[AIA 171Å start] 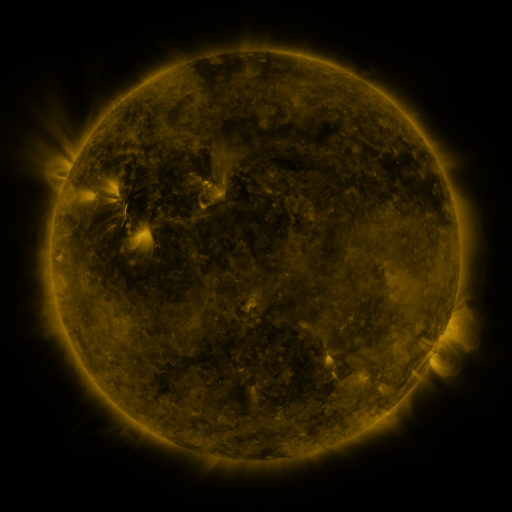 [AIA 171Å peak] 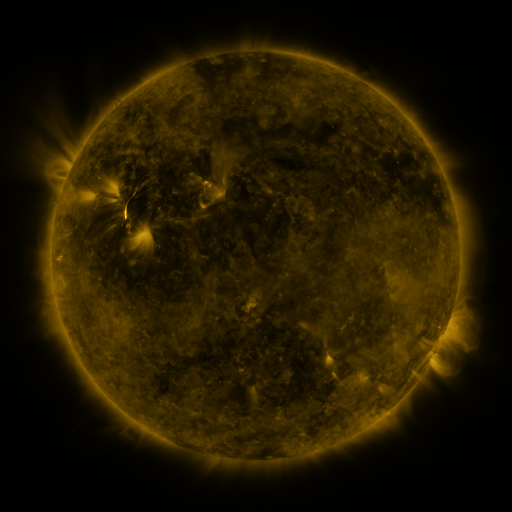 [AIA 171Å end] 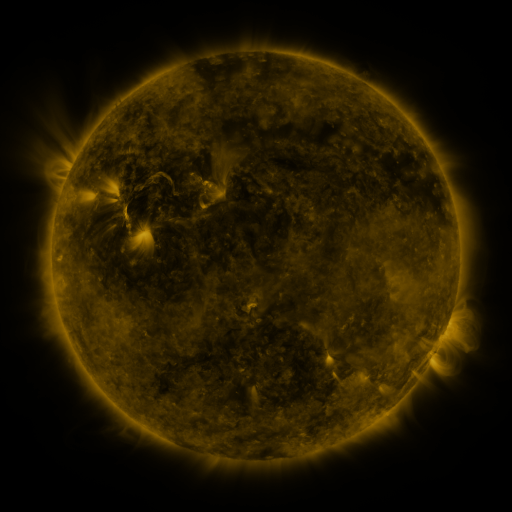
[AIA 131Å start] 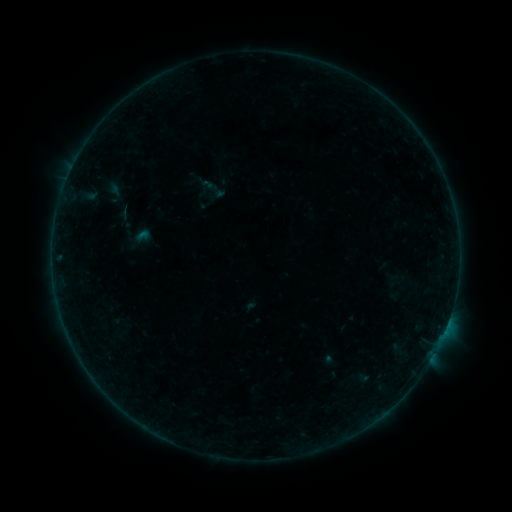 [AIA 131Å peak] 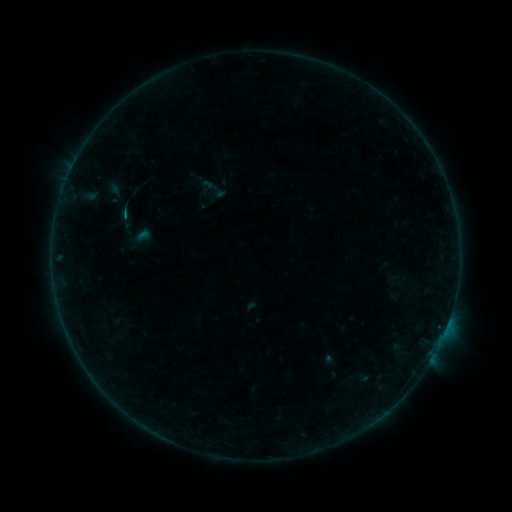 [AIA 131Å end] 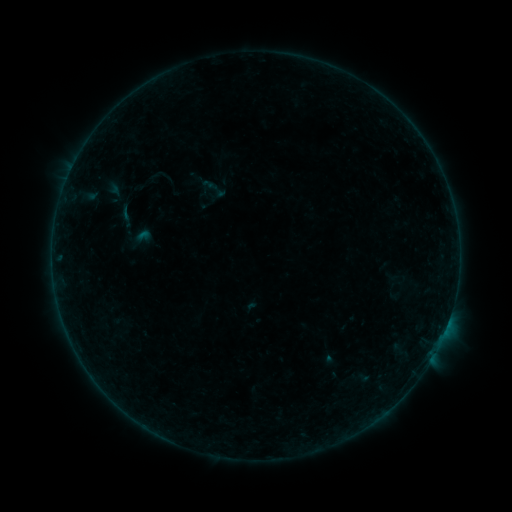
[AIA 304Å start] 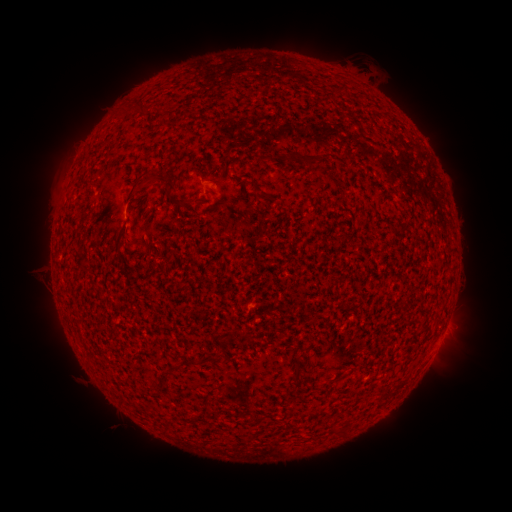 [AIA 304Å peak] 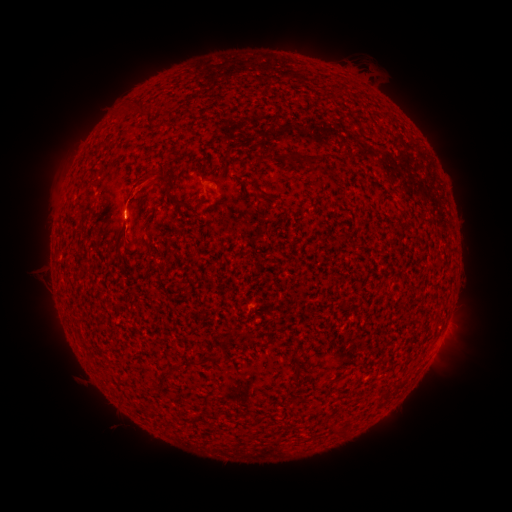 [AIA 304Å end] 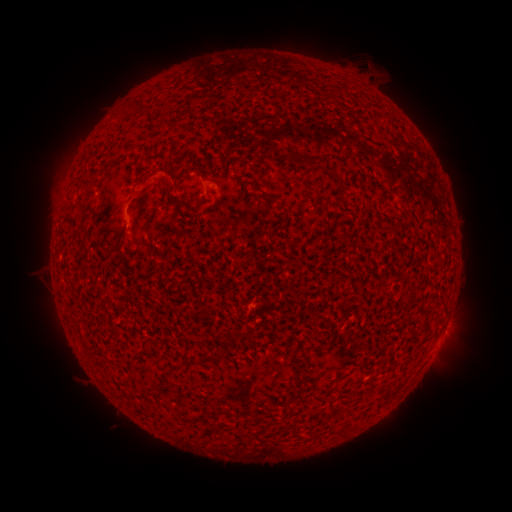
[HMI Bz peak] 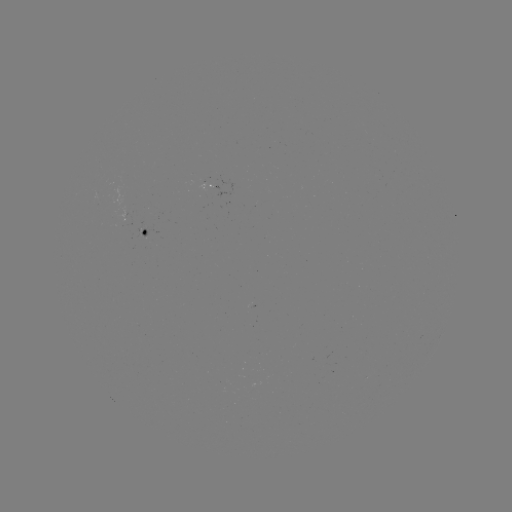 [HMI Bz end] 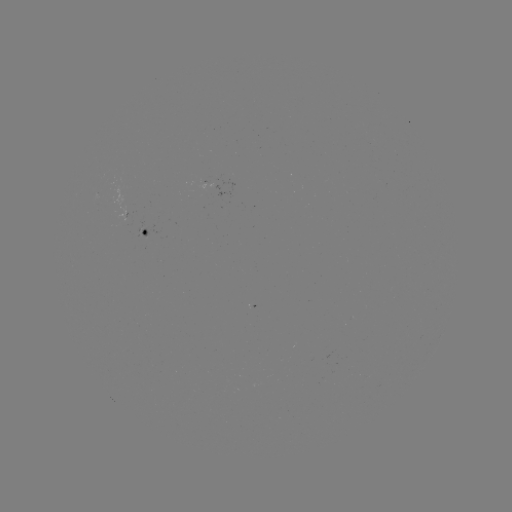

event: eruption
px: (141, 187)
